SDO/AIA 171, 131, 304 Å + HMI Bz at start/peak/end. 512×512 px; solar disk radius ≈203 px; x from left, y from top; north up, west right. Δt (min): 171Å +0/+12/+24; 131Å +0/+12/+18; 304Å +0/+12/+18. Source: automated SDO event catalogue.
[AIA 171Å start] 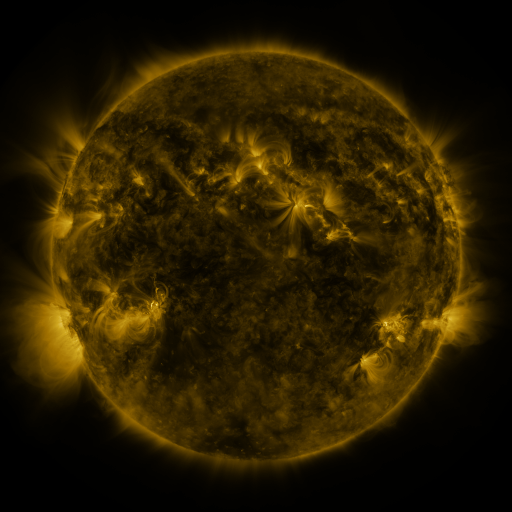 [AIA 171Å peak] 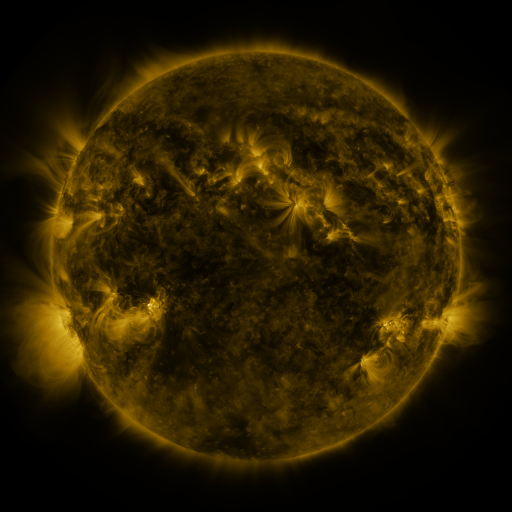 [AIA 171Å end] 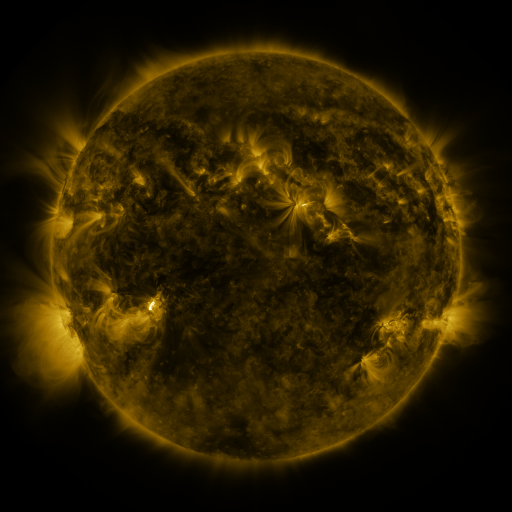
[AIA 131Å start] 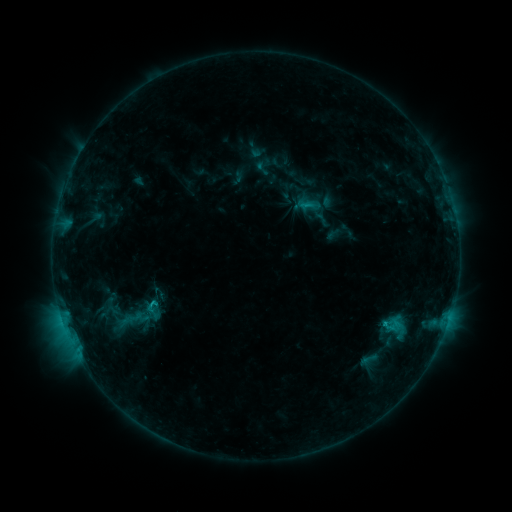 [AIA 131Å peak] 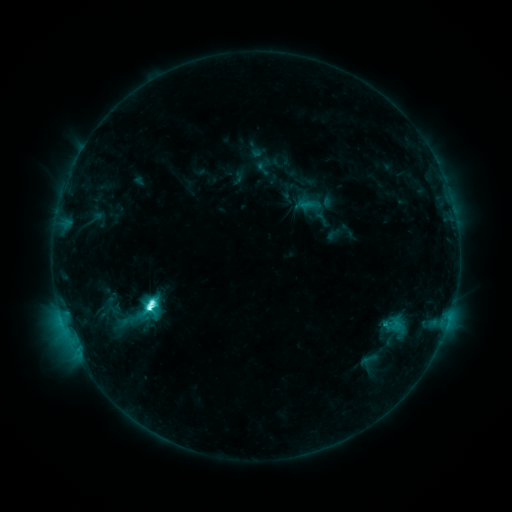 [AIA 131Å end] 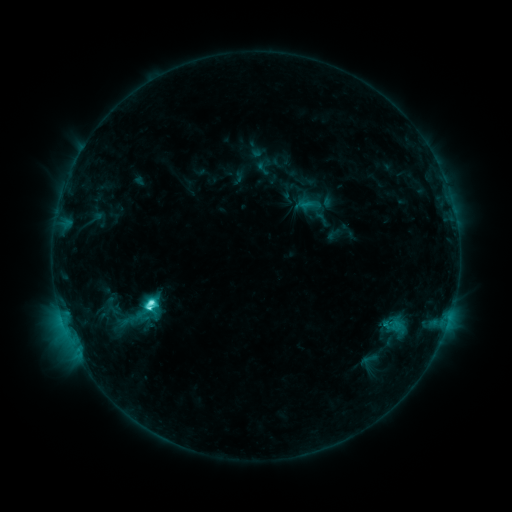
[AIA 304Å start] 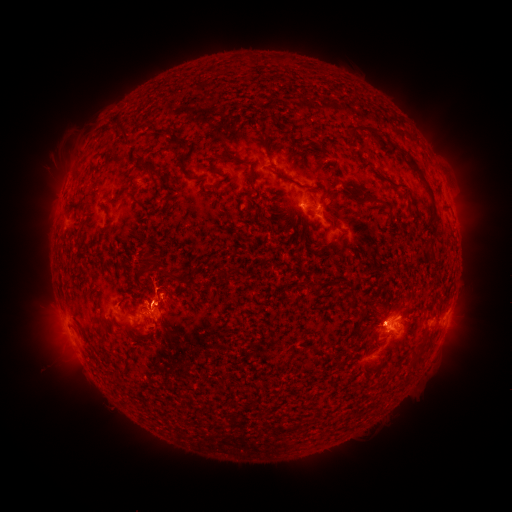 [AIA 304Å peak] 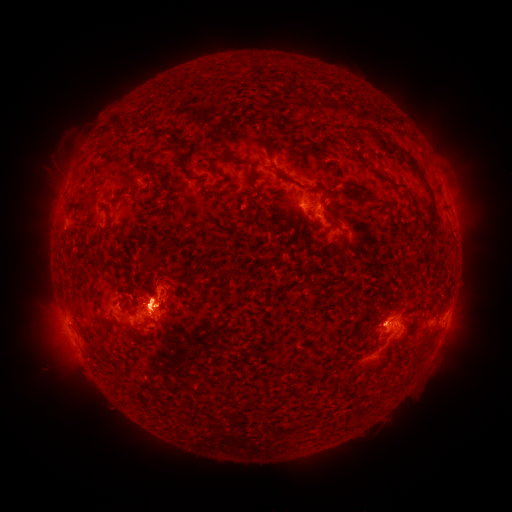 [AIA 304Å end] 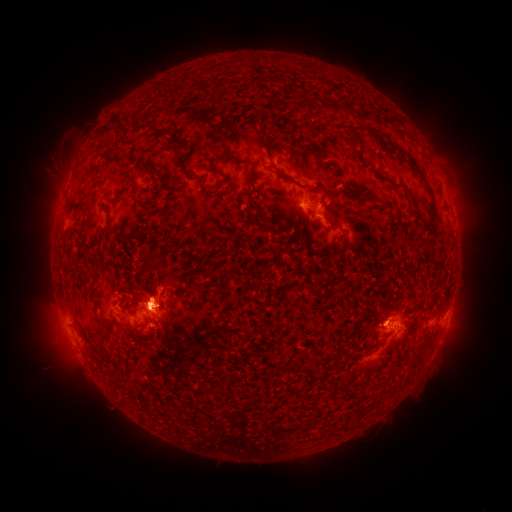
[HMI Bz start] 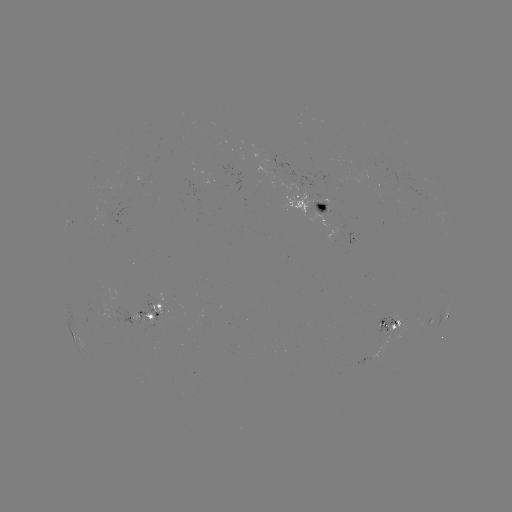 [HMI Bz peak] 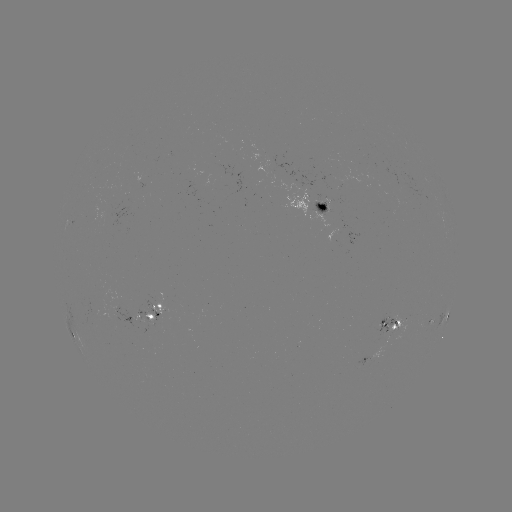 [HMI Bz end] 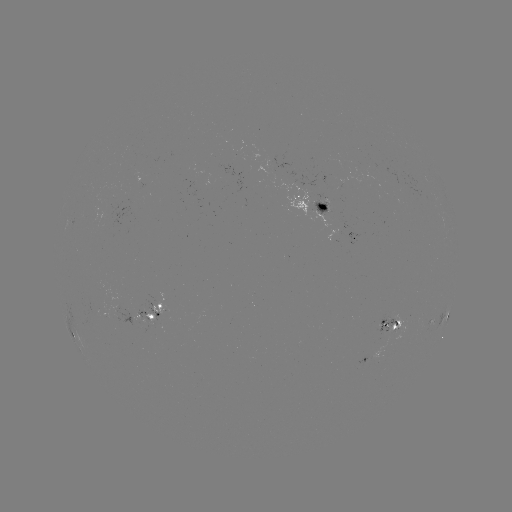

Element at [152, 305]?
C8.9 flare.